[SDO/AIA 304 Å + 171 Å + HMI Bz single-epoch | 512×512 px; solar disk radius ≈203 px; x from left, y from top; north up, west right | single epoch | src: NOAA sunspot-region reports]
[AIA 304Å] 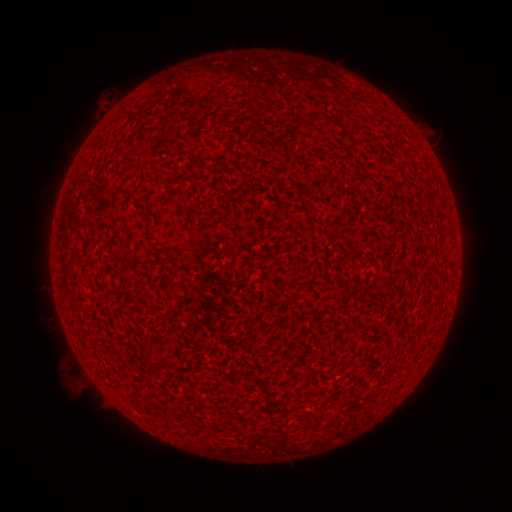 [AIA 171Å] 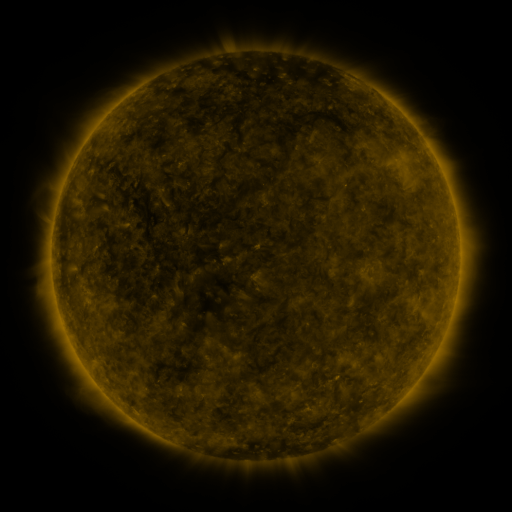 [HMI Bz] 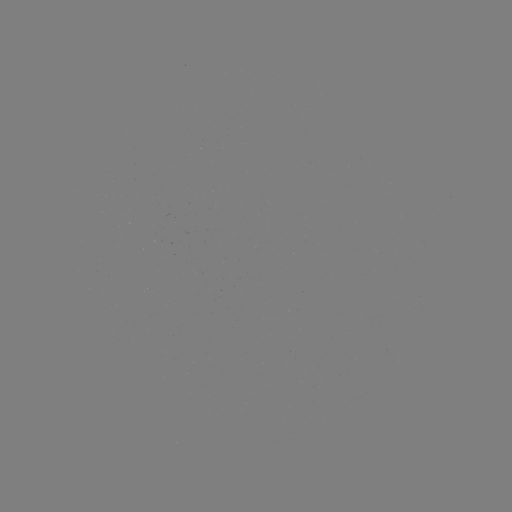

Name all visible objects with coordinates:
(none)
